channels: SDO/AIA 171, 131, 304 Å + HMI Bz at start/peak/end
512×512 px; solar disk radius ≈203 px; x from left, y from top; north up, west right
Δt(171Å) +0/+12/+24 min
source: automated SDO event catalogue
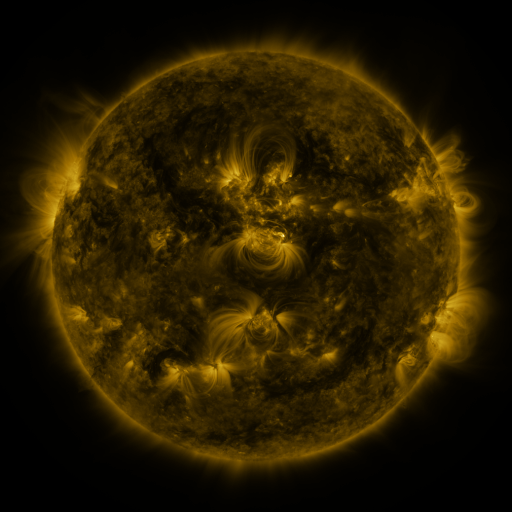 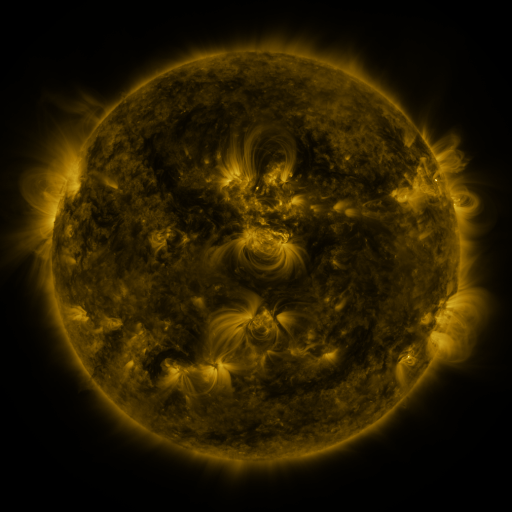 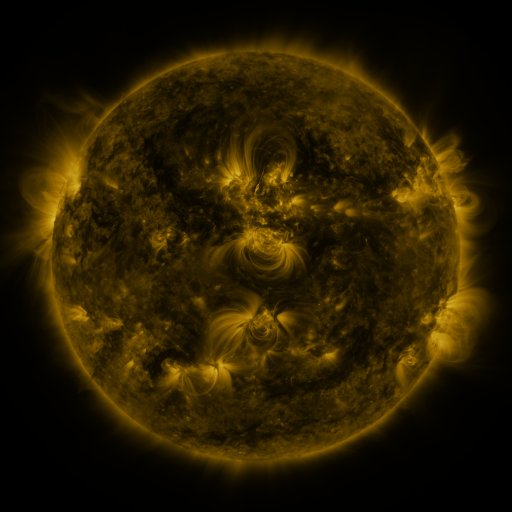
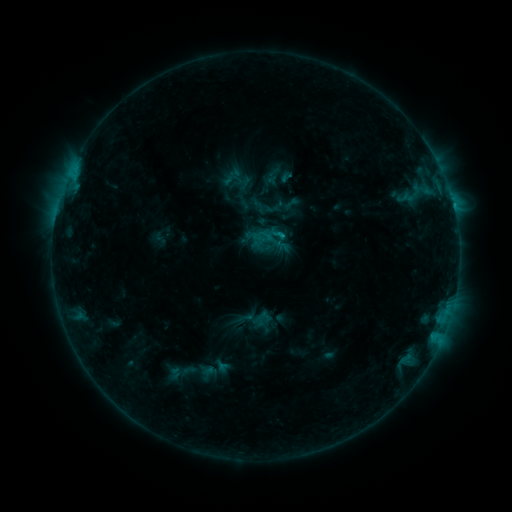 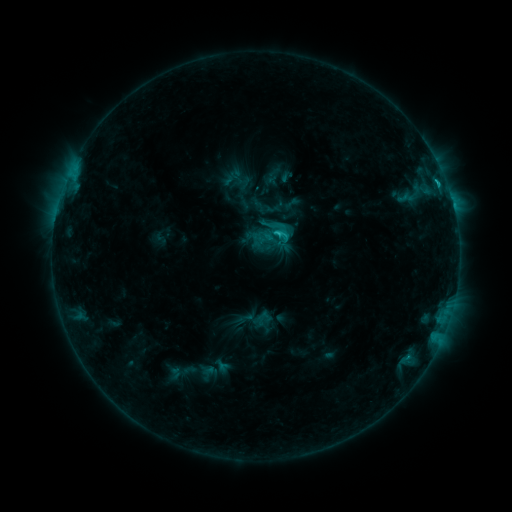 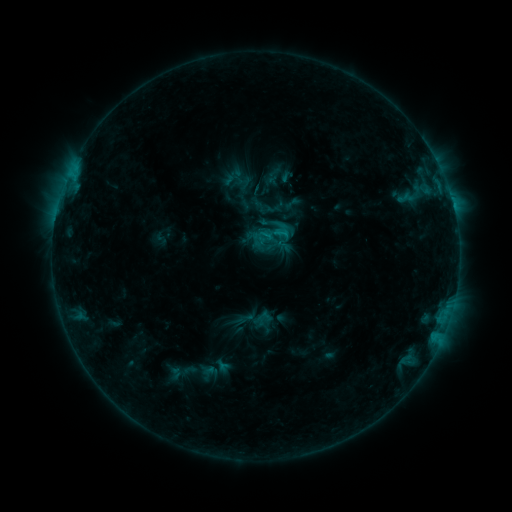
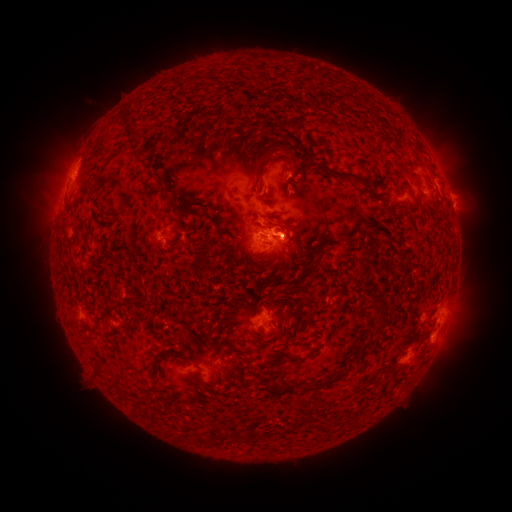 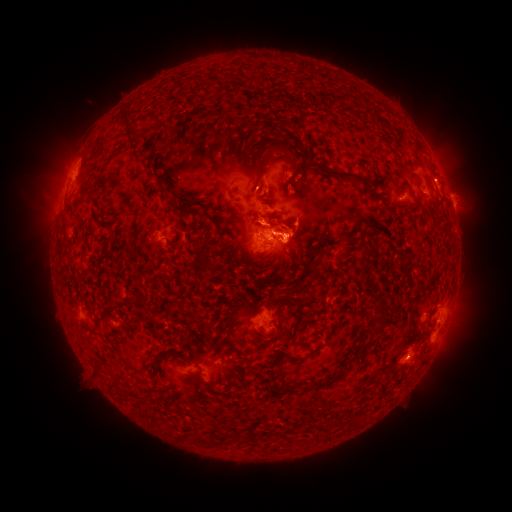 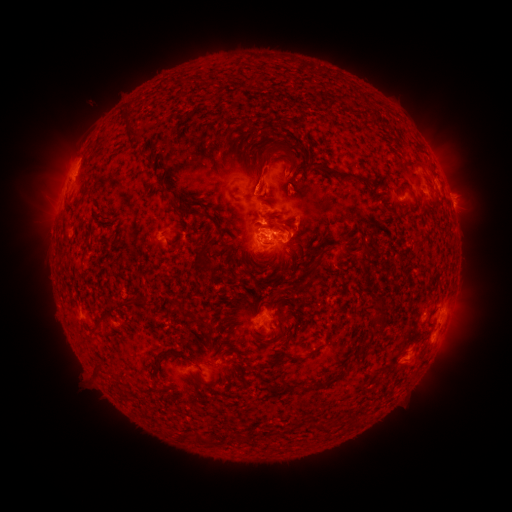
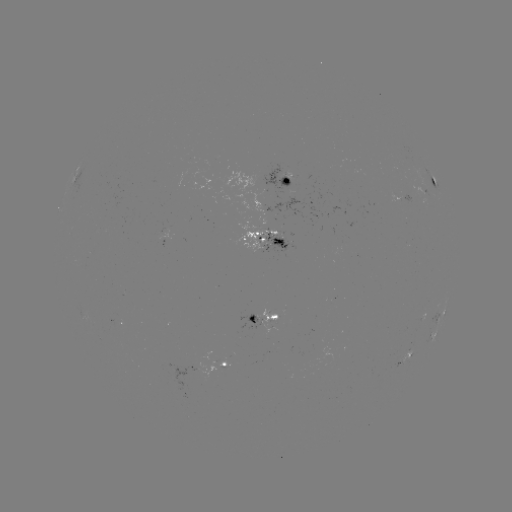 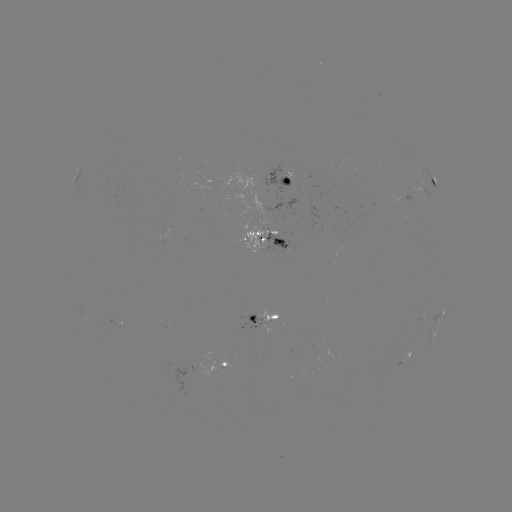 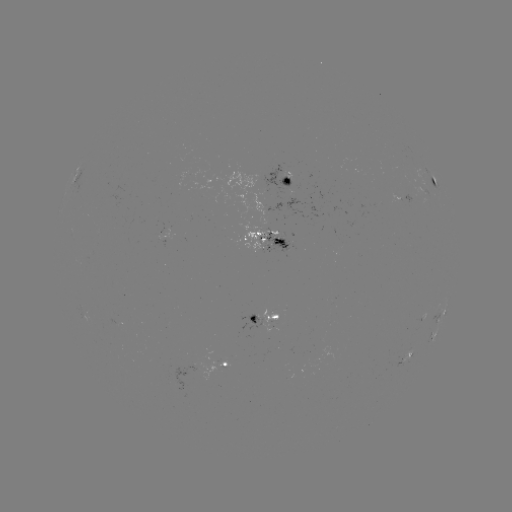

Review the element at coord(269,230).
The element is C2.0 flare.